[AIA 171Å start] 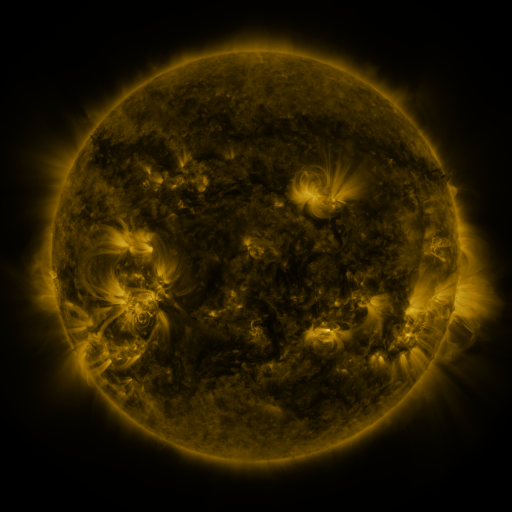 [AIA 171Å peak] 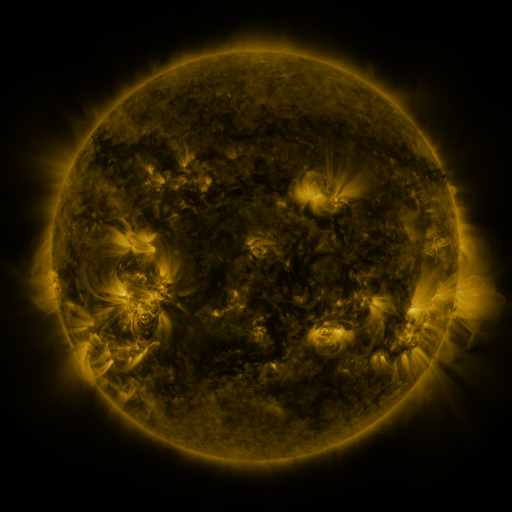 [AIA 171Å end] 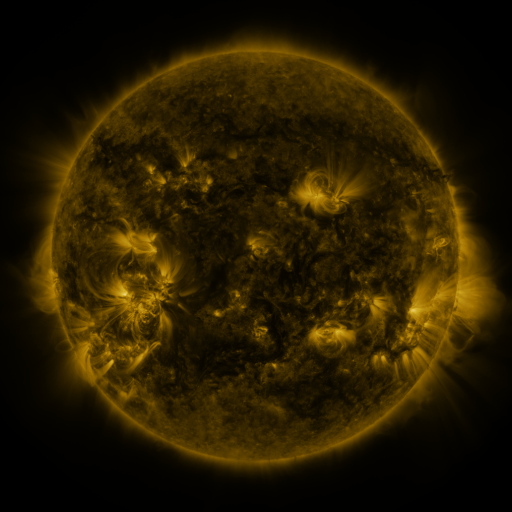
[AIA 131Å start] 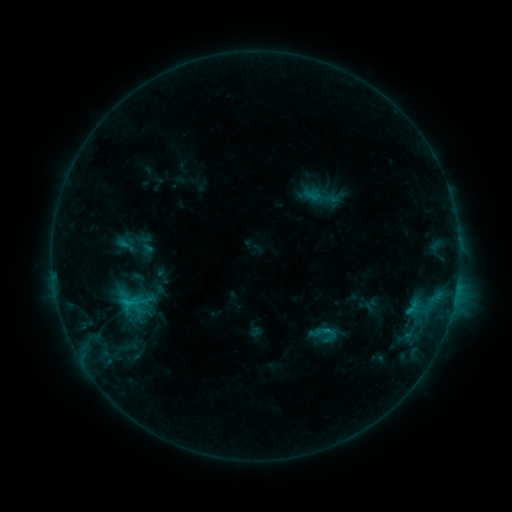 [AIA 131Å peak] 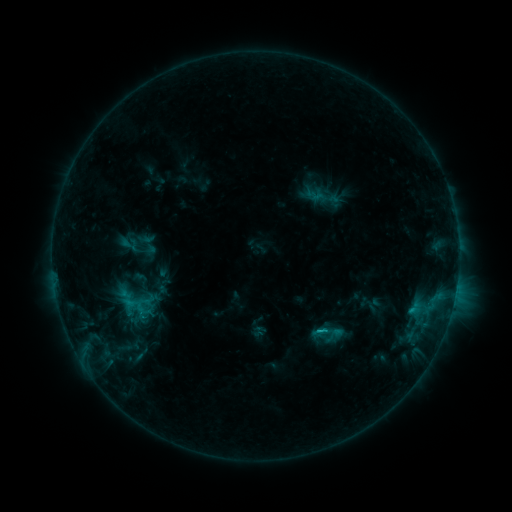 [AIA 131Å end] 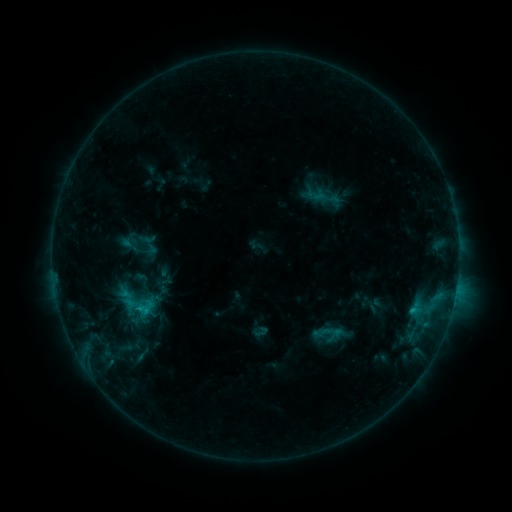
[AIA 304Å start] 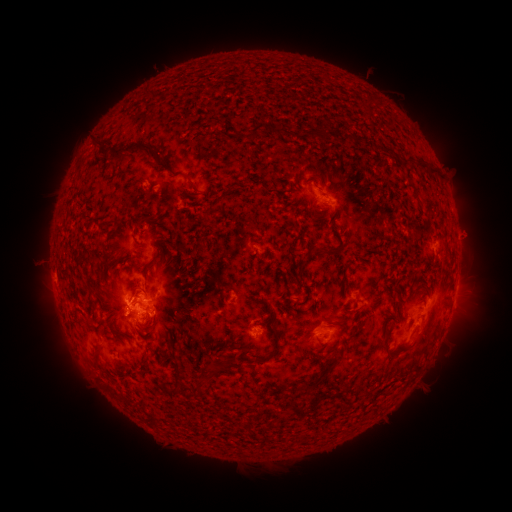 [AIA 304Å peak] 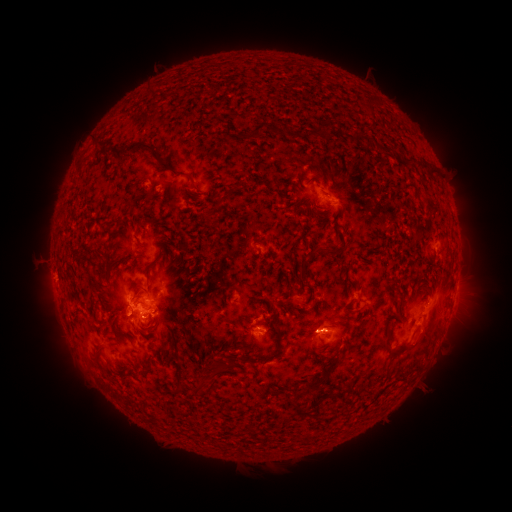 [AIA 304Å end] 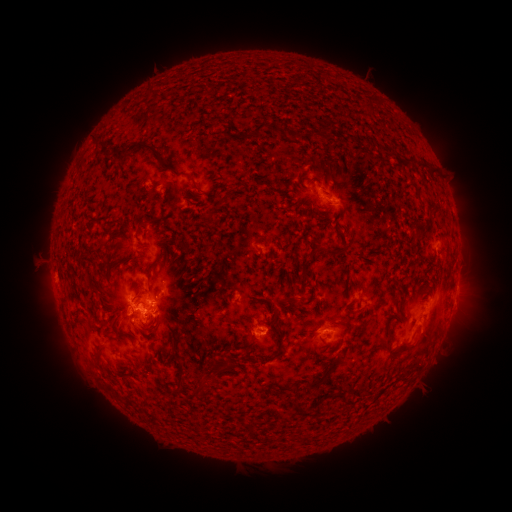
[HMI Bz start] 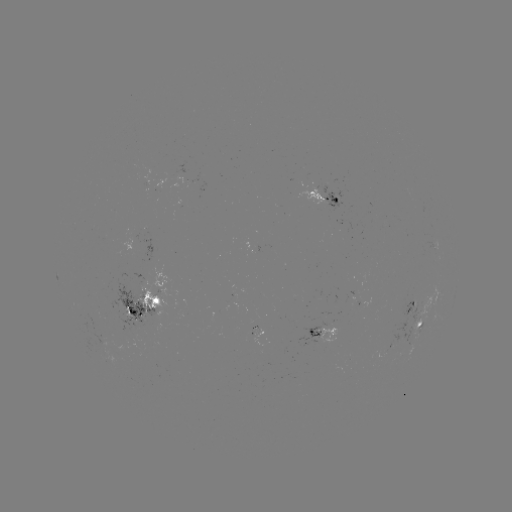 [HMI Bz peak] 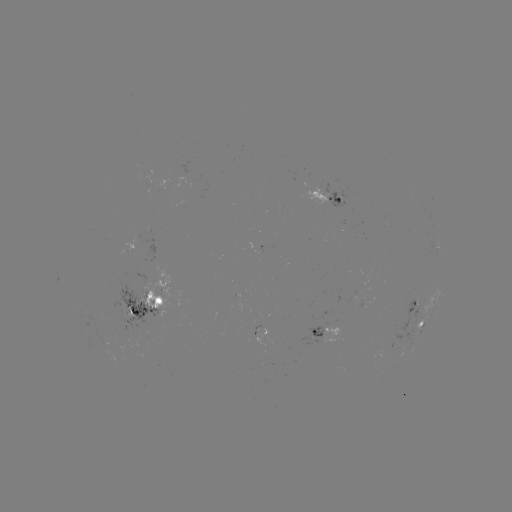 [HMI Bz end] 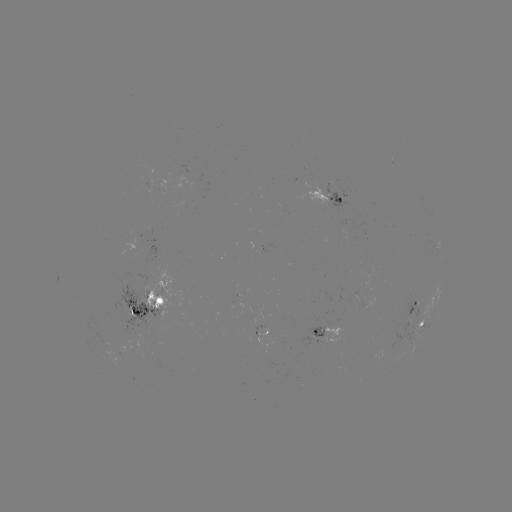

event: emerging-flux region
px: (308, 338)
